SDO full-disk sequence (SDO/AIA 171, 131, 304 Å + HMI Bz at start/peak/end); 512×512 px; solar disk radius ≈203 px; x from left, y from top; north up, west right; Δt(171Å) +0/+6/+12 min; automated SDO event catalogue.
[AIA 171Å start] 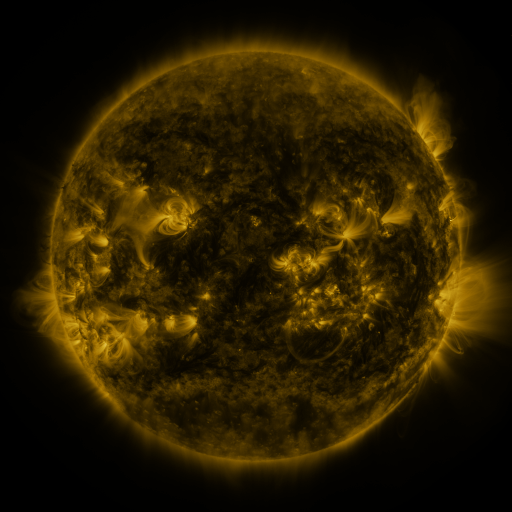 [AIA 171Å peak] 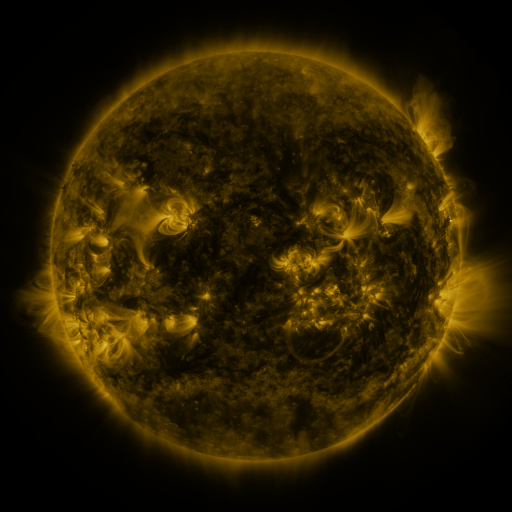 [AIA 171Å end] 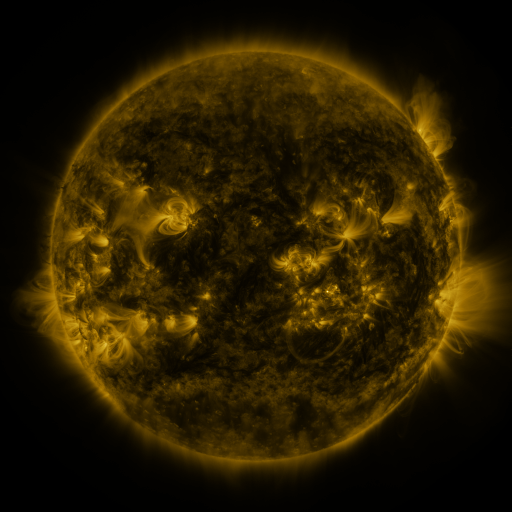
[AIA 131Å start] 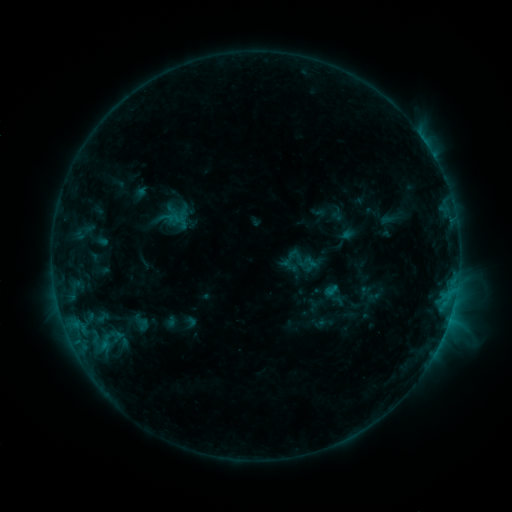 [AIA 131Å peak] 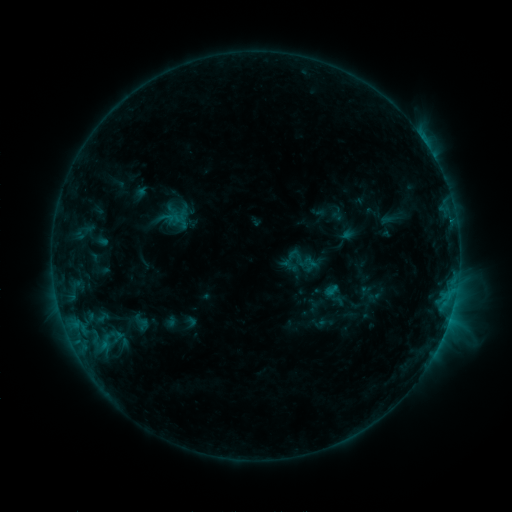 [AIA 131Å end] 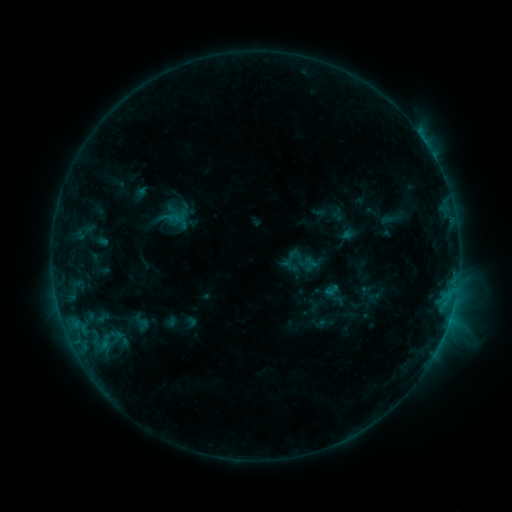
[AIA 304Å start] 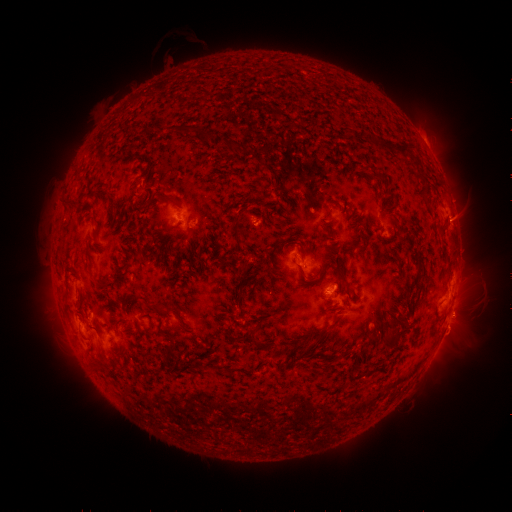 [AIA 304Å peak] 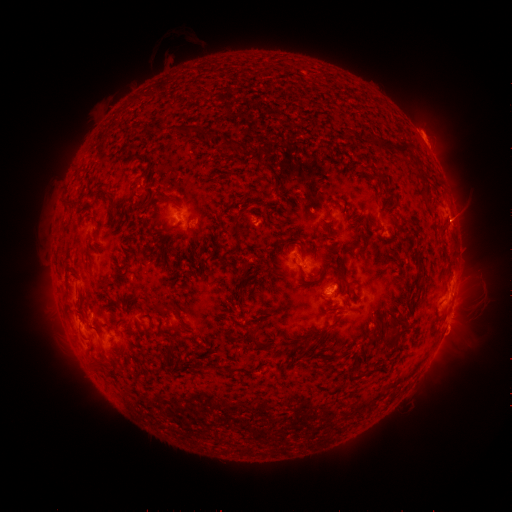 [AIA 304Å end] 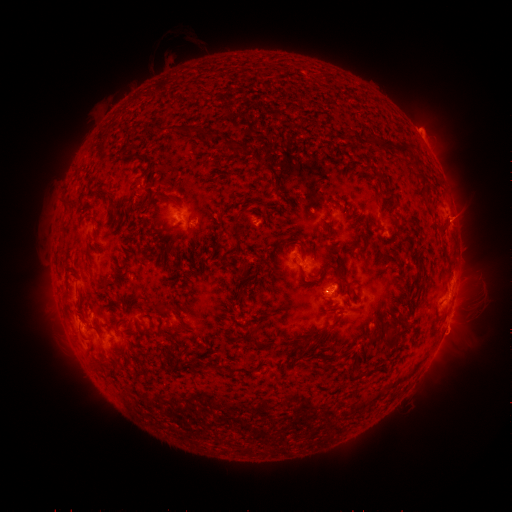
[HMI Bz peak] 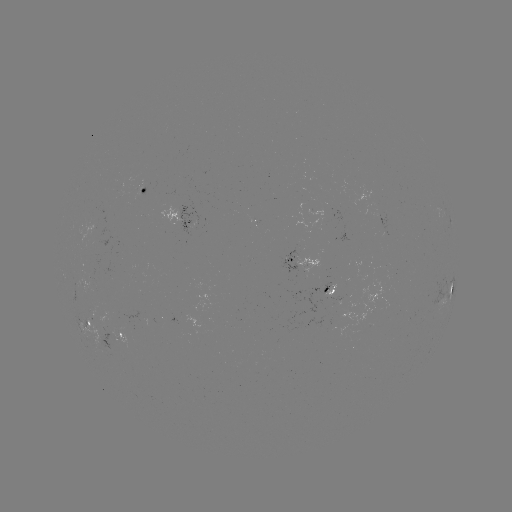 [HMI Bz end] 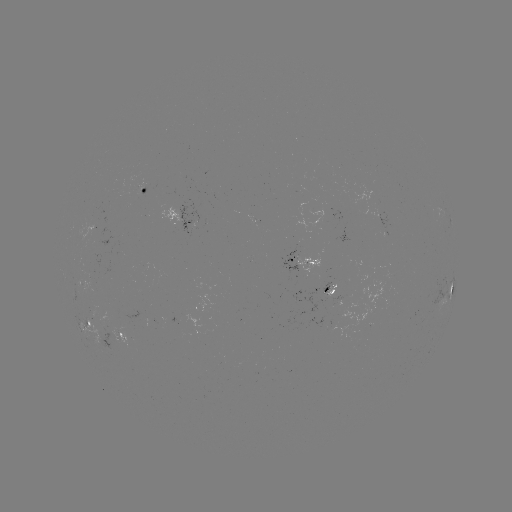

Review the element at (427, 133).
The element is eruption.